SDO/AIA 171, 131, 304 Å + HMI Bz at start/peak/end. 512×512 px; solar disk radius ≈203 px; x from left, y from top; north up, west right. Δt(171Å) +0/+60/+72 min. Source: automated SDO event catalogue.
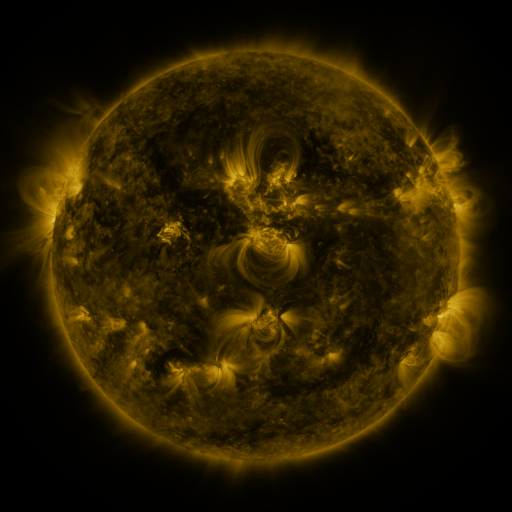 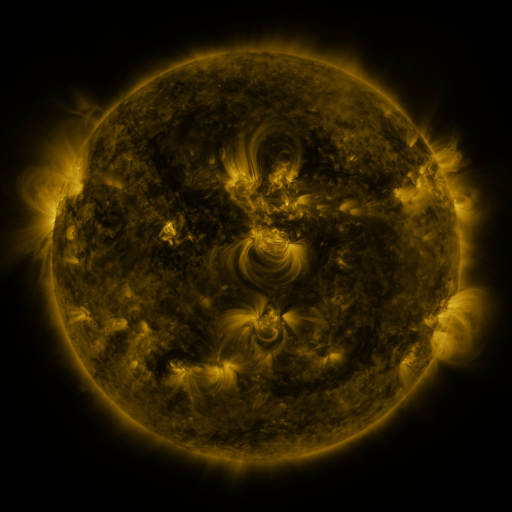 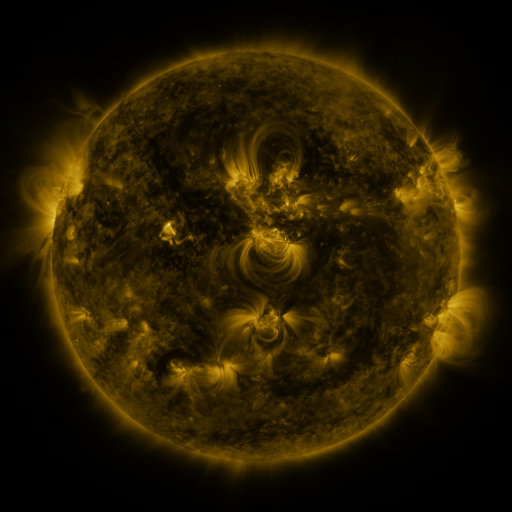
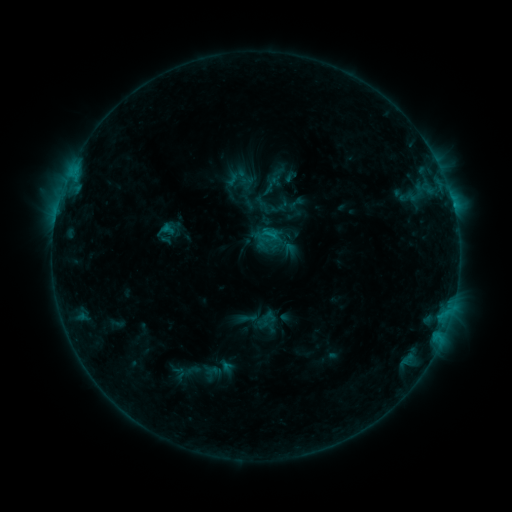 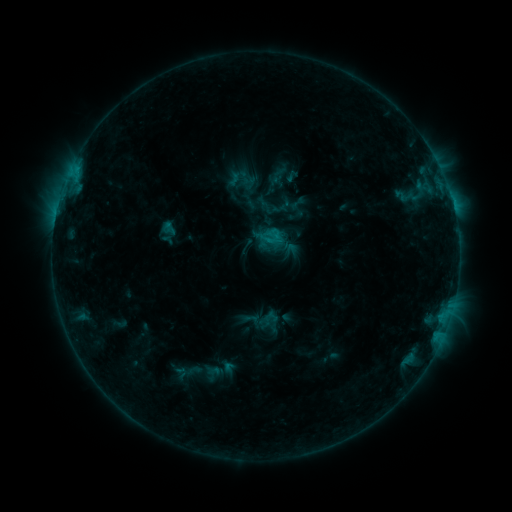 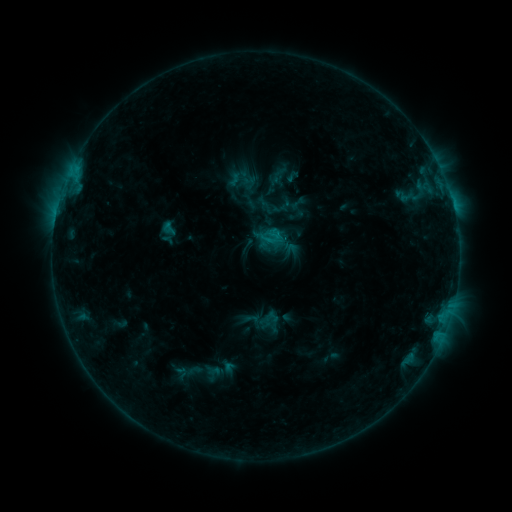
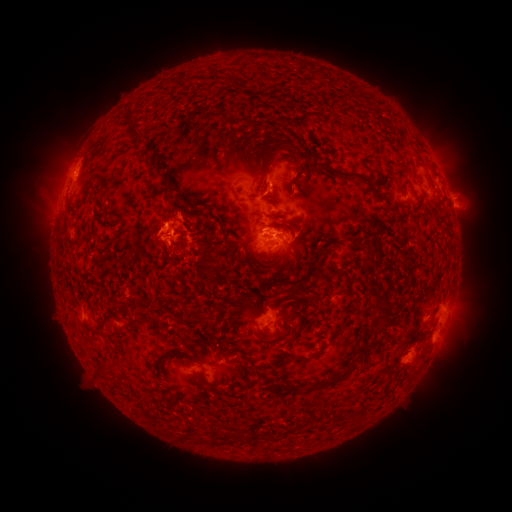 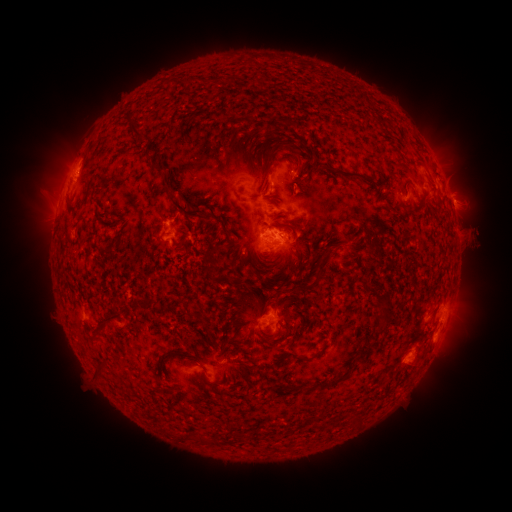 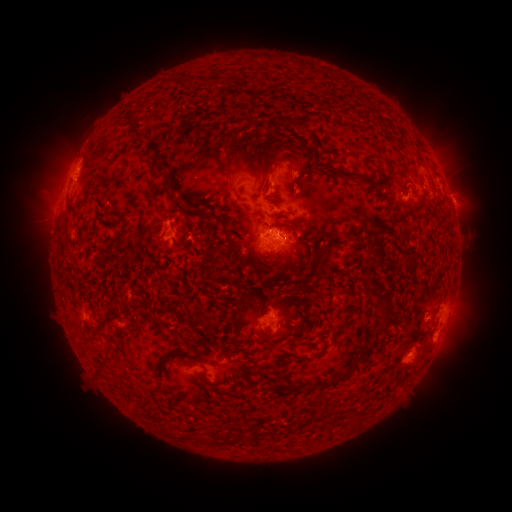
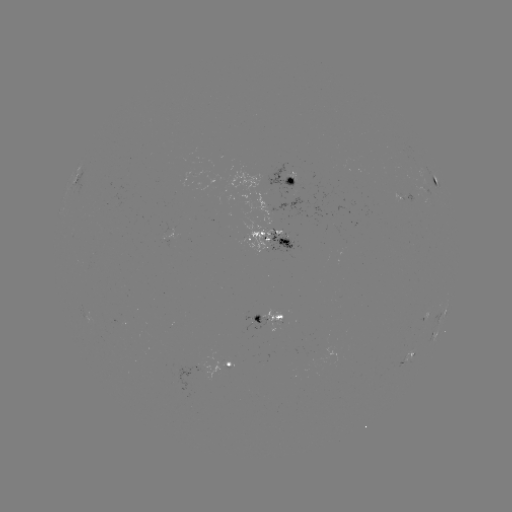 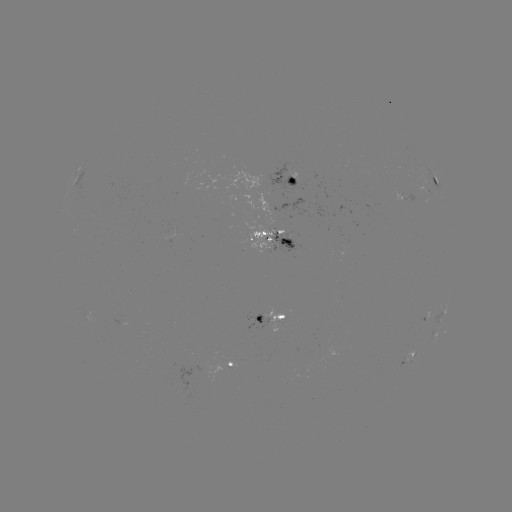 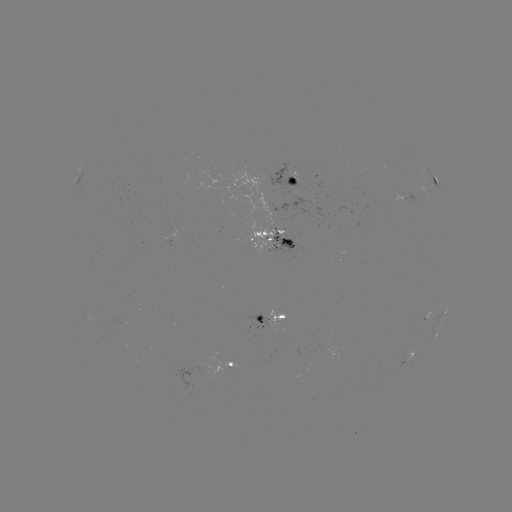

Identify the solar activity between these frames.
emerging-flux region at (263, 244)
